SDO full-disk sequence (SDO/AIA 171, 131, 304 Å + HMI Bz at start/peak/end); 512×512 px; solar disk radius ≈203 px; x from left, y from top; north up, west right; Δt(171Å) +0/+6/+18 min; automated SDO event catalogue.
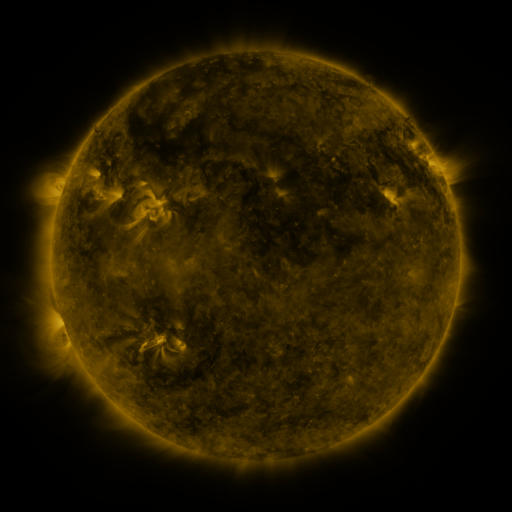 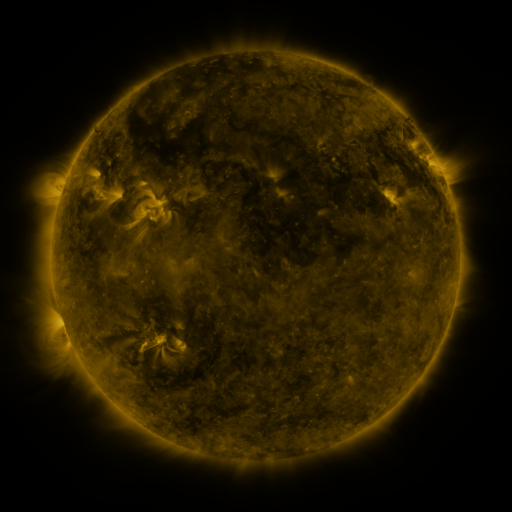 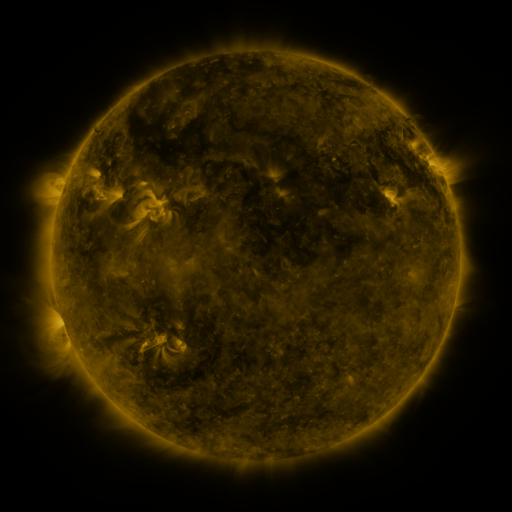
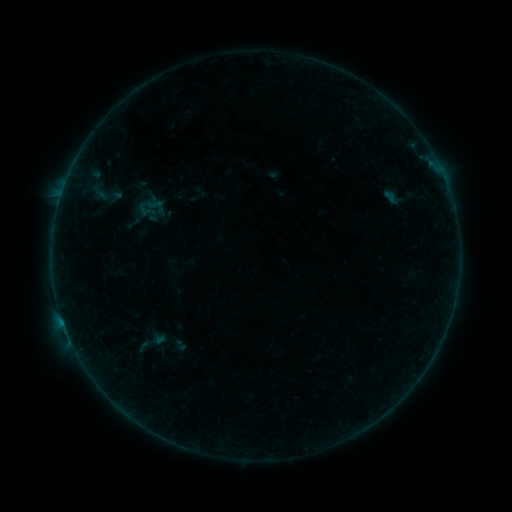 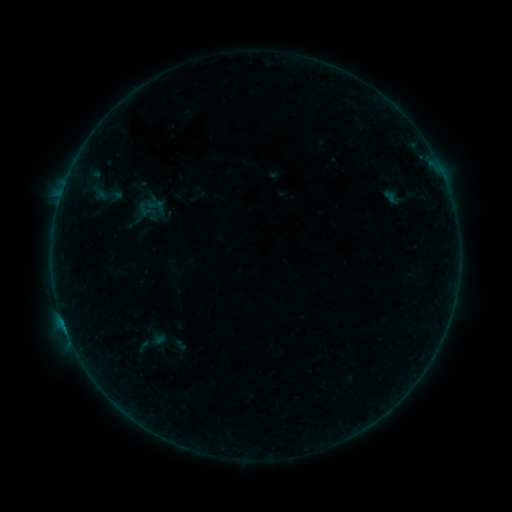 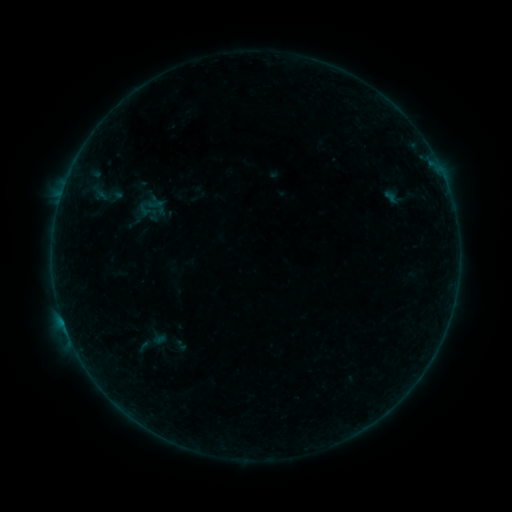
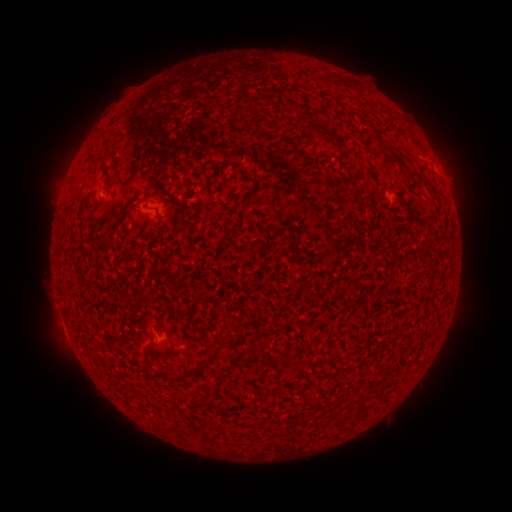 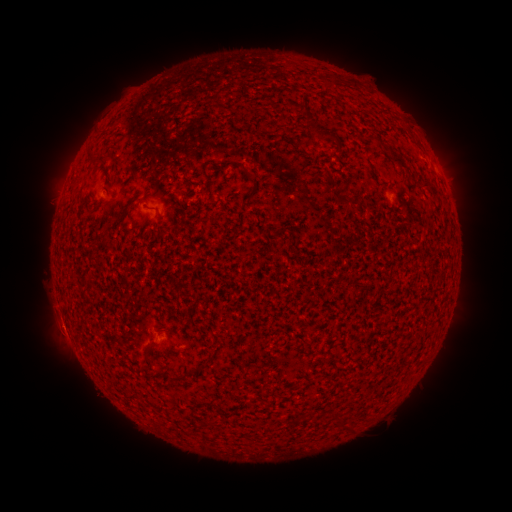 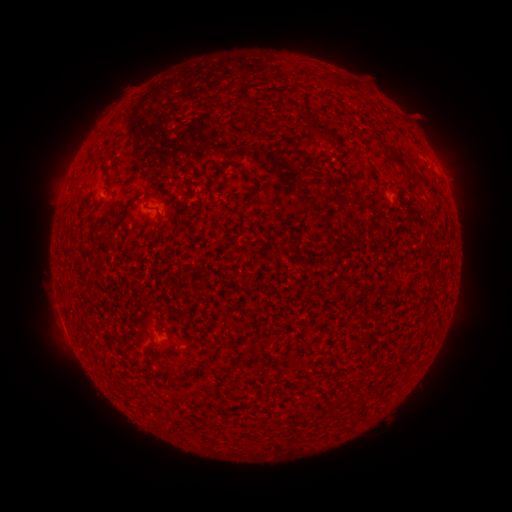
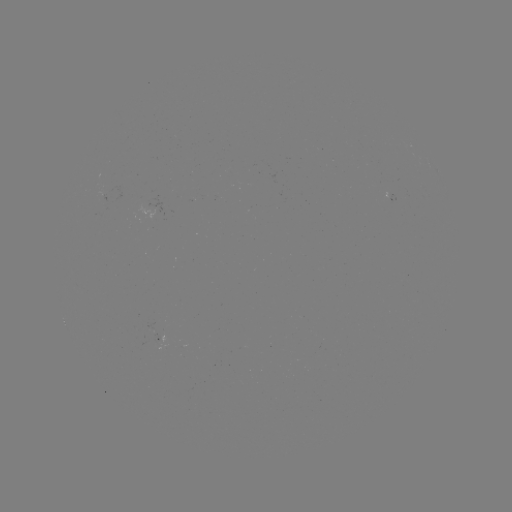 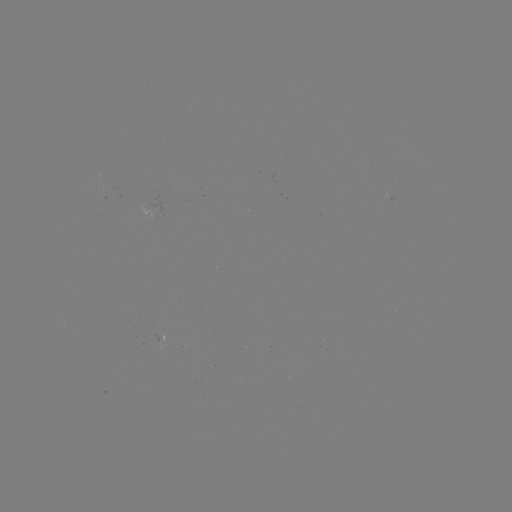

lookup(B1.8 flare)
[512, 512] (65, 325)